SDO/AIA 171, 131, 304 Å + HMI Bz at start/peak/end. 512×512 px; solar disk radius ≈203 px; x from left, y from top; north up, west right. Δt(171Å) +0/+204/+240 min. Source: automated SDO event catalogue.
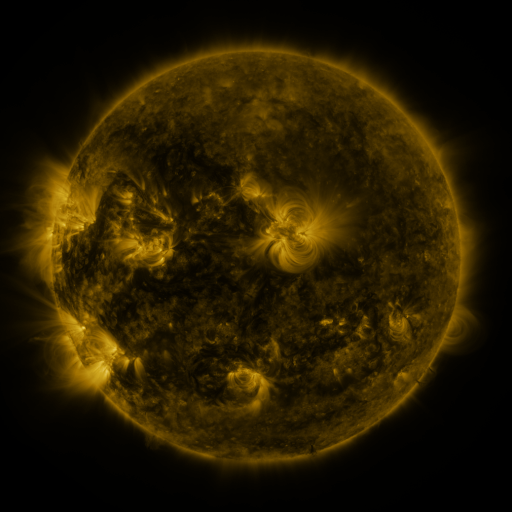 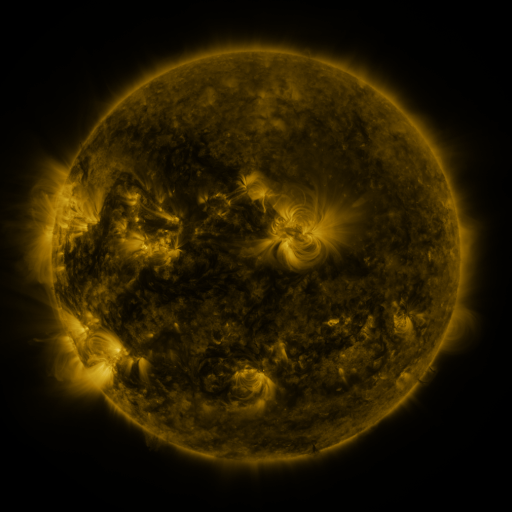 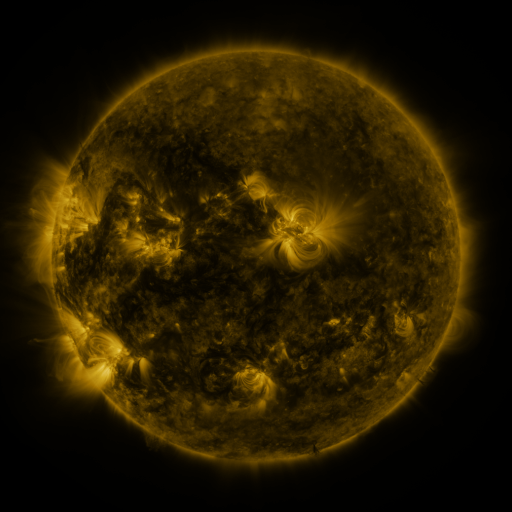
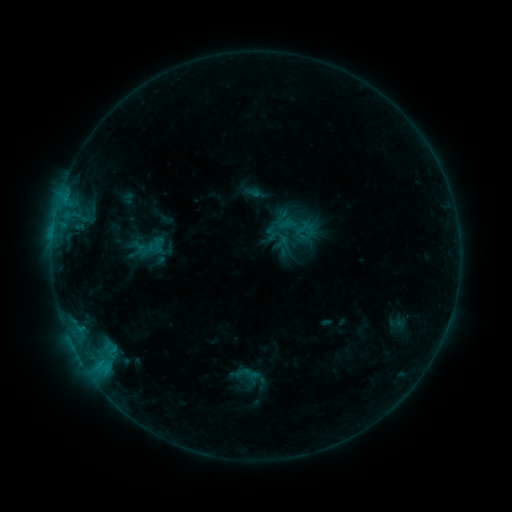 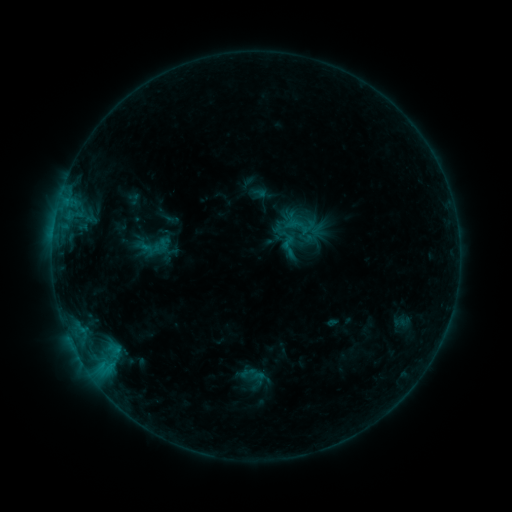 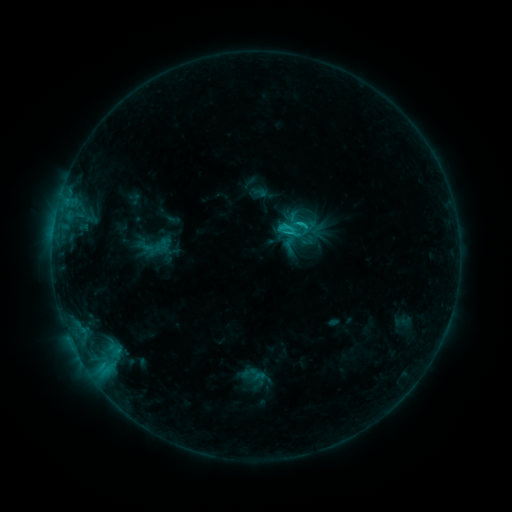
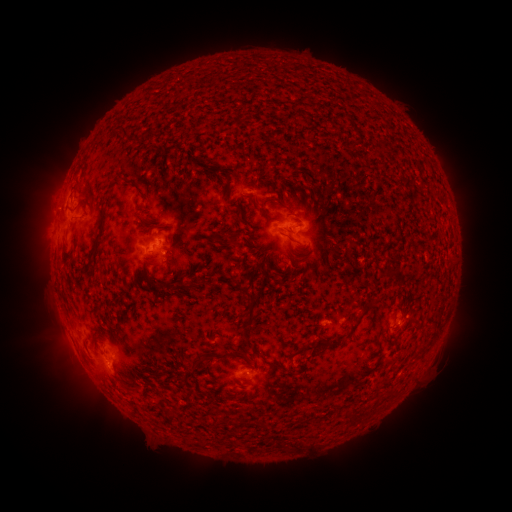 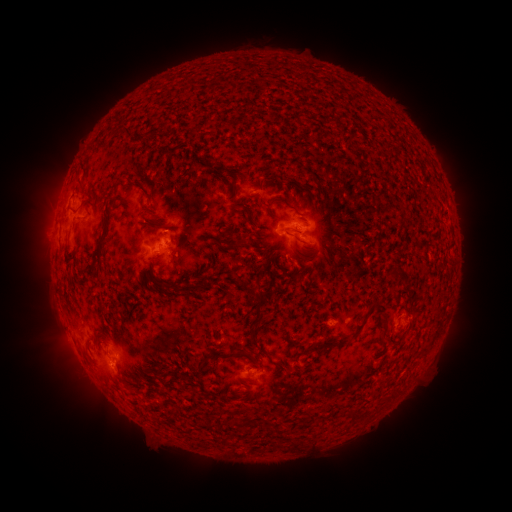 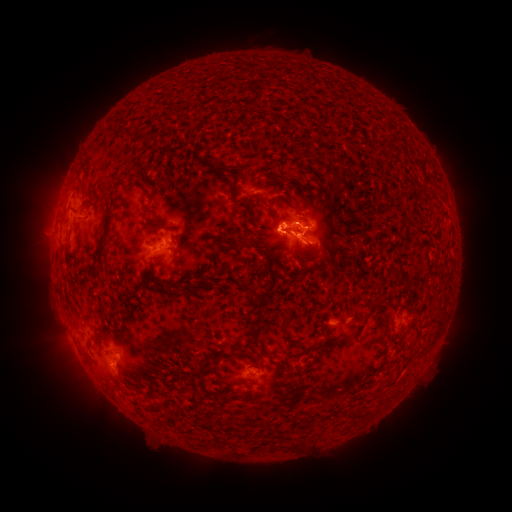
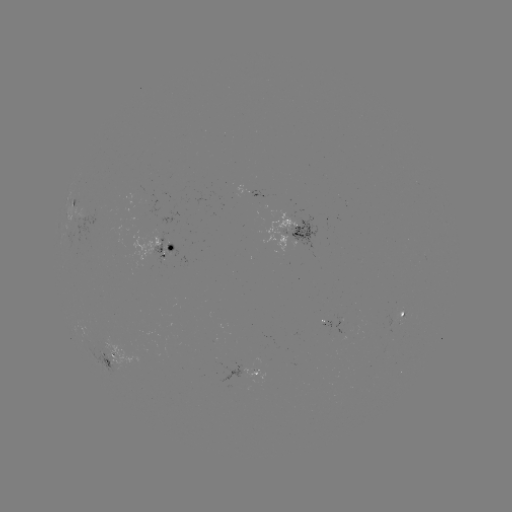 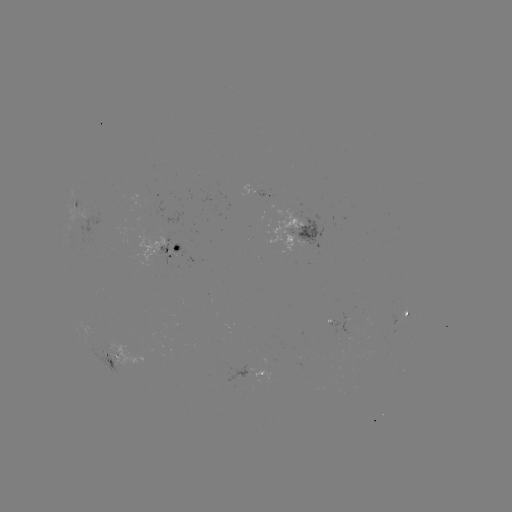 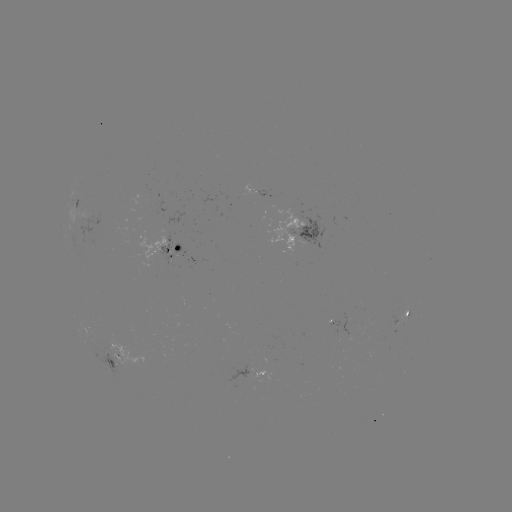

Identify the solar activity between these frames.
emerging-flux region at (395, 322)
